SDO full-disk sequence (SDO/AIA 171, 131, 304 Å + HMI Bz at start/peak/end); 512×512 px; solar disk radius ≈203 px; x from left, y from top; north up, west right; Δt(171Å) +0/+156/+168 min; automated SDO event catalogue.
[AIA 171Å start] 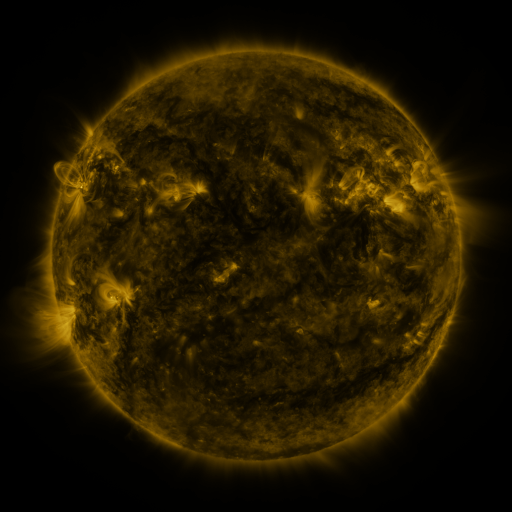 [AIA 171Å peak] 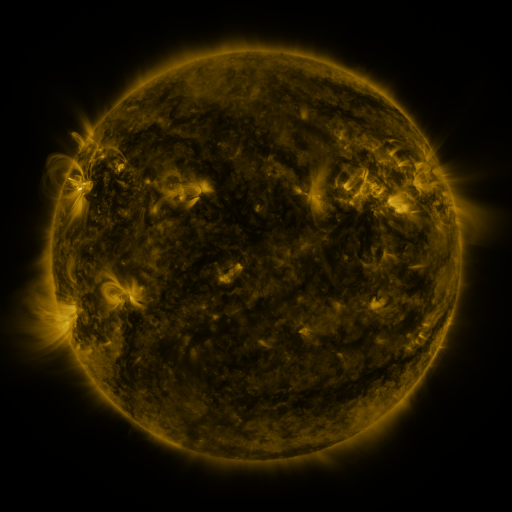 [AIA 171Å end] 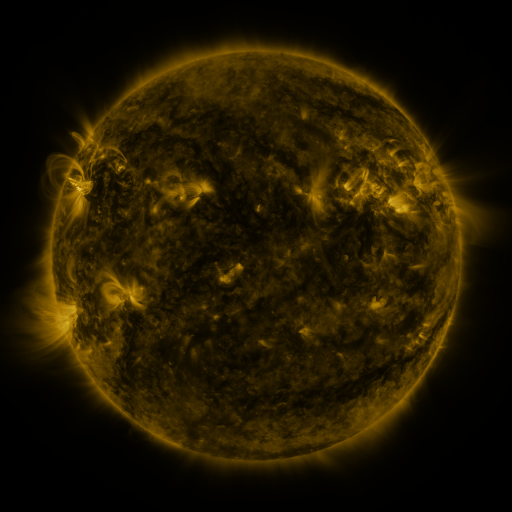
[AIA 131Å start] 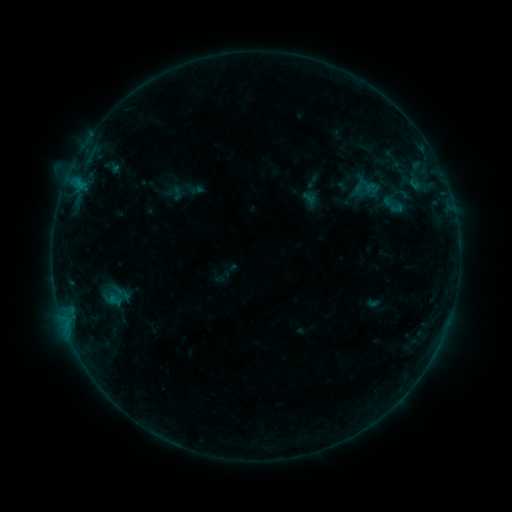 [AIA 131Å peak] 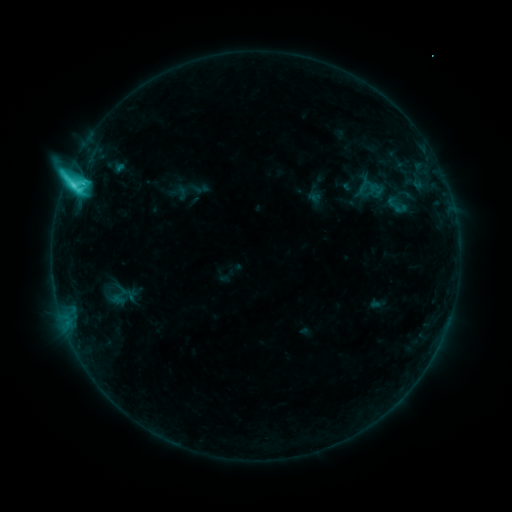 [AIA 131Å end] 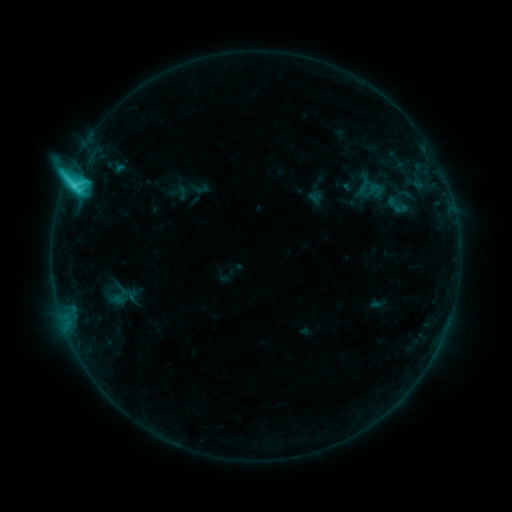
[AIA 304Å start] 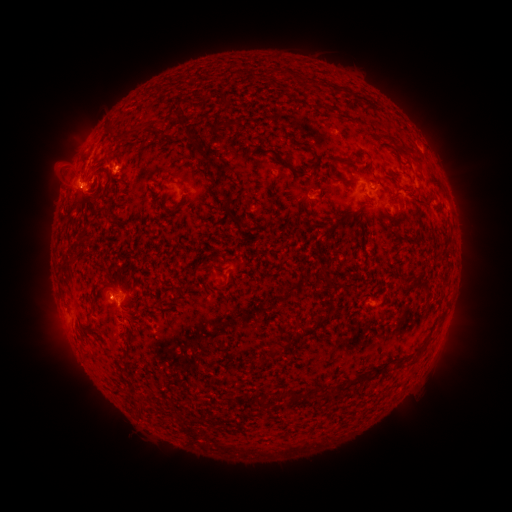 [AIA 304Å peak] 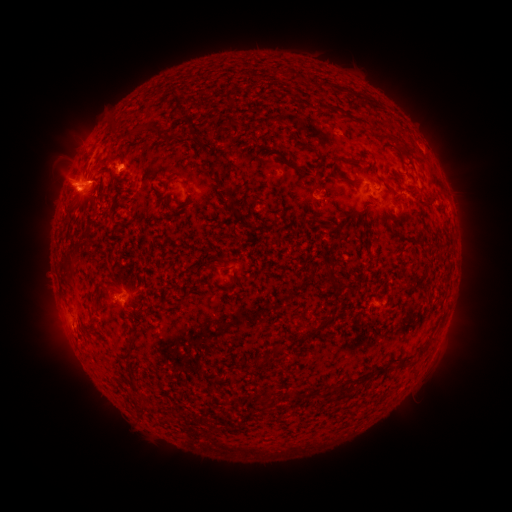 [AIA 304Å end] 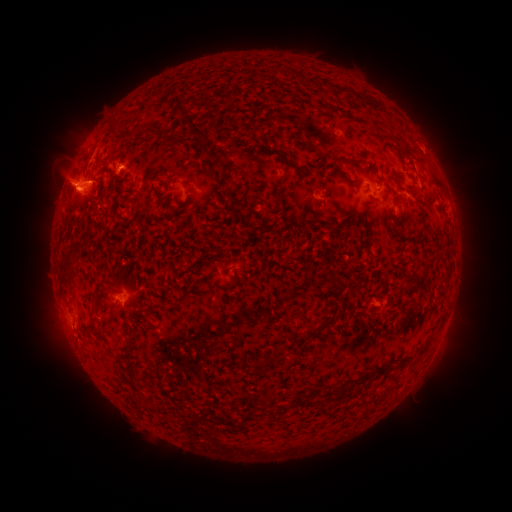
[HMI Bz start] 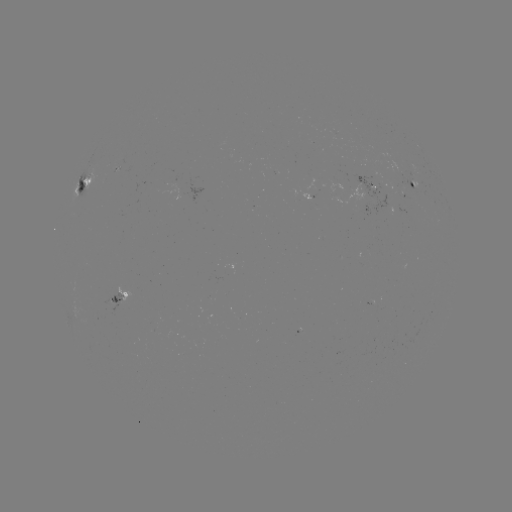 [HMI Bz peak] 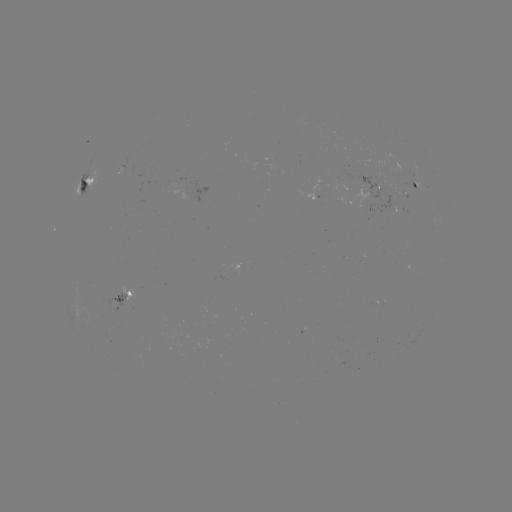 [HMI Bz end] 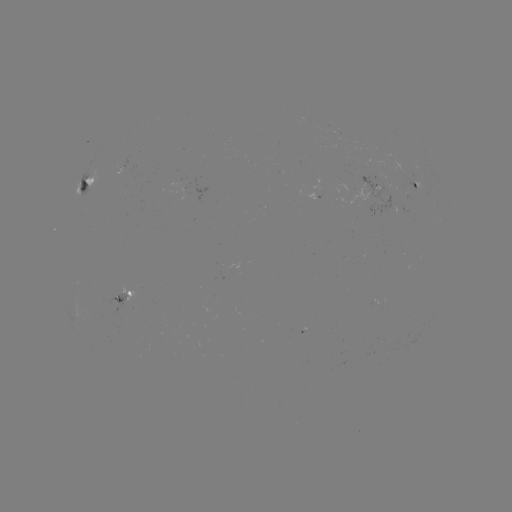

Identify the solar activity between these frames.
emerging-flux region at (121, 168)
